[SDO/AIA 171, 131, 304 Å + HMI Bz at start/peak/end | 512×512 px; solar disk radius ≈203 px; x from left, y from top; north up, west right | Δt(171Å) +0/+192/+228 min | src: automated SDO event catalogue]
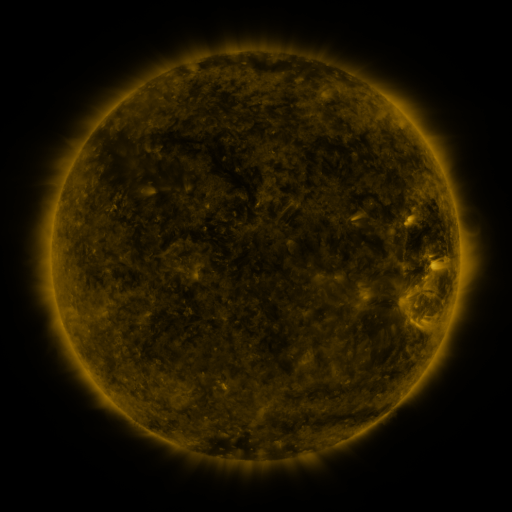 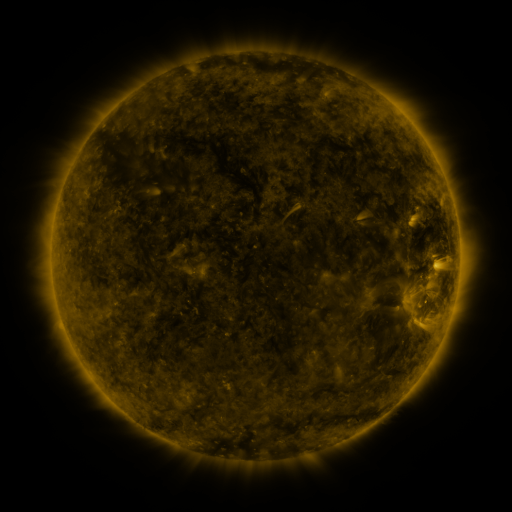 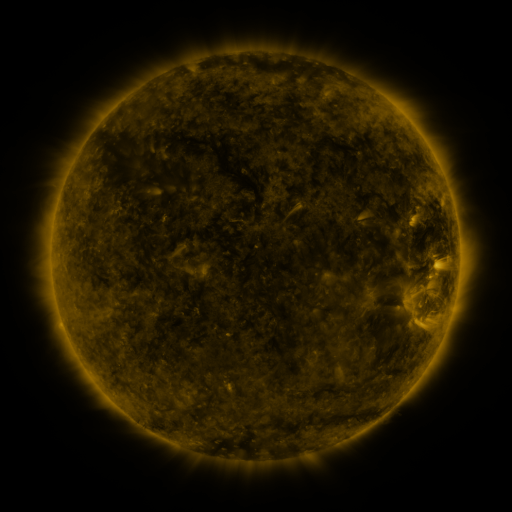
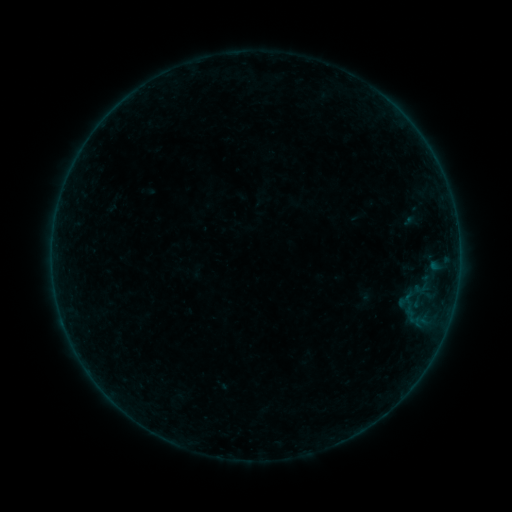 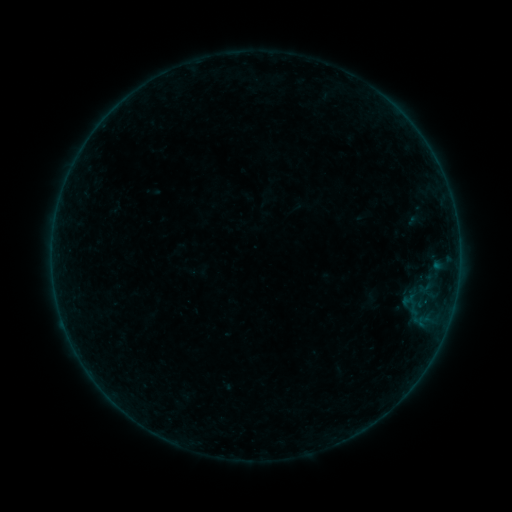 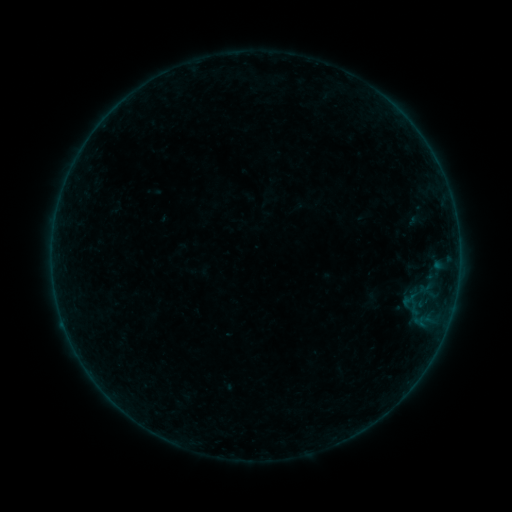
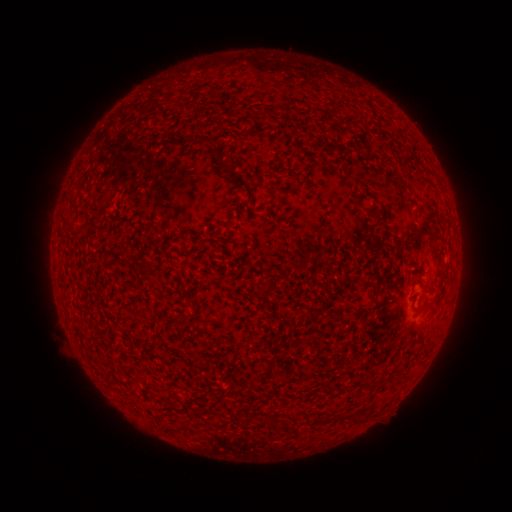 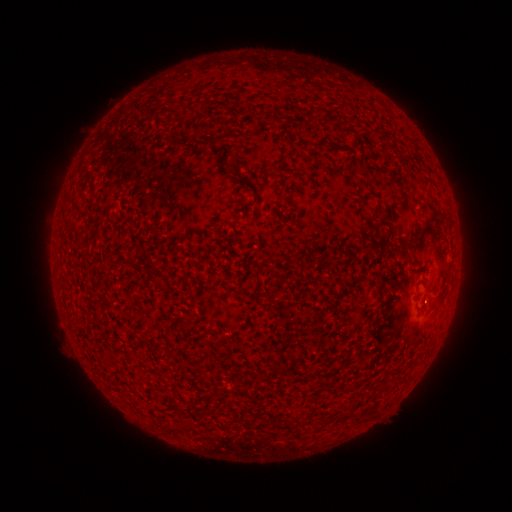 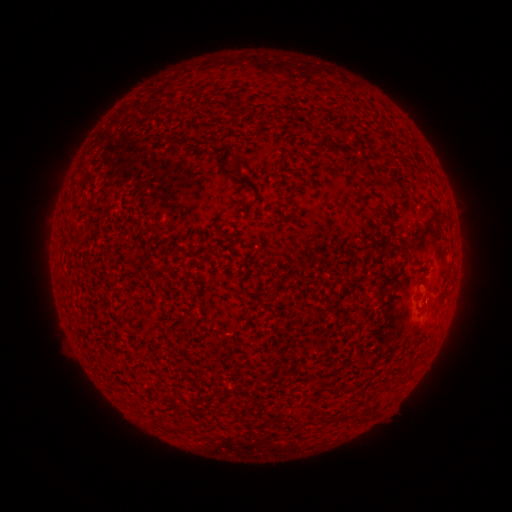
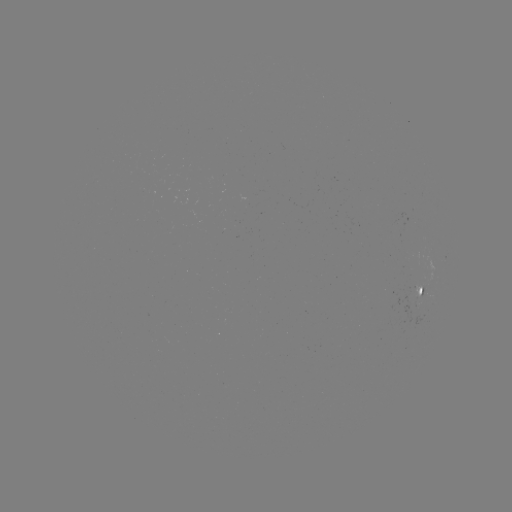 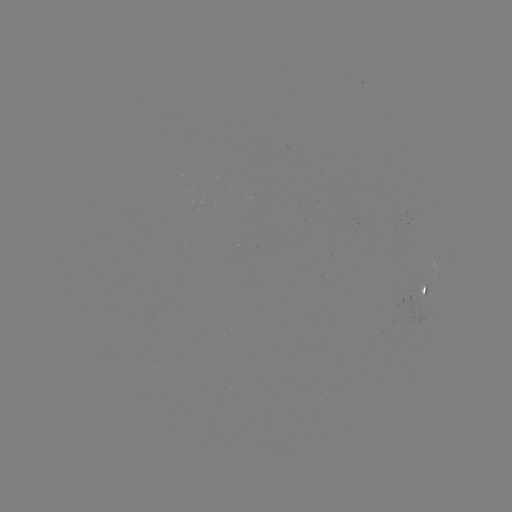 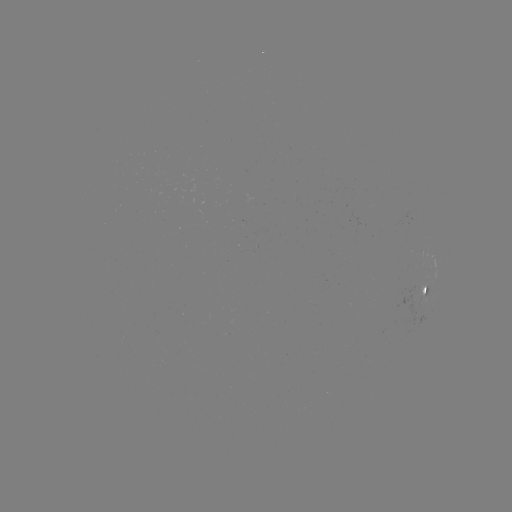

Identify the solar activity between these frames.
emerging-flux region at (422, 301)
